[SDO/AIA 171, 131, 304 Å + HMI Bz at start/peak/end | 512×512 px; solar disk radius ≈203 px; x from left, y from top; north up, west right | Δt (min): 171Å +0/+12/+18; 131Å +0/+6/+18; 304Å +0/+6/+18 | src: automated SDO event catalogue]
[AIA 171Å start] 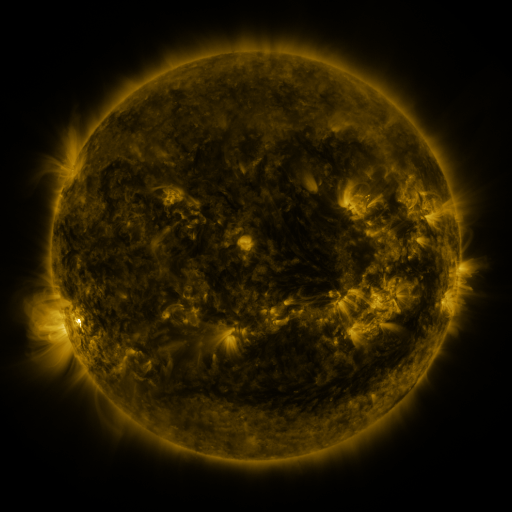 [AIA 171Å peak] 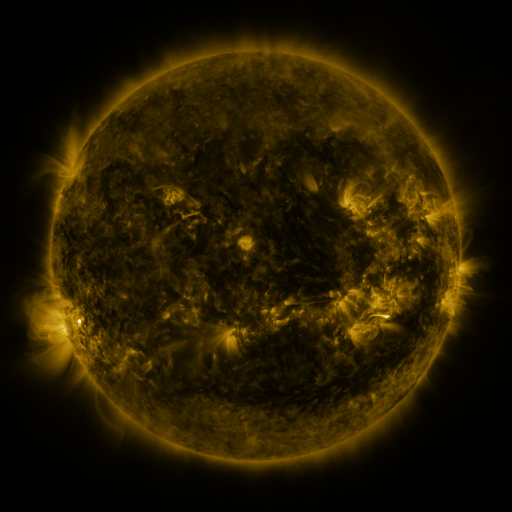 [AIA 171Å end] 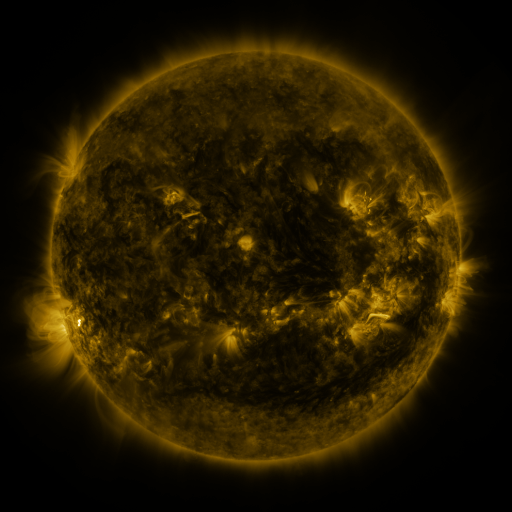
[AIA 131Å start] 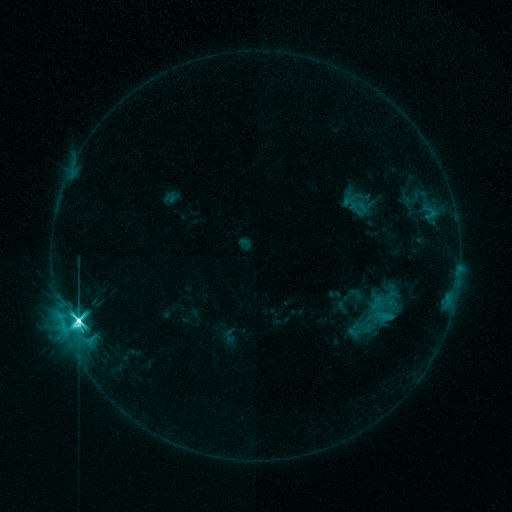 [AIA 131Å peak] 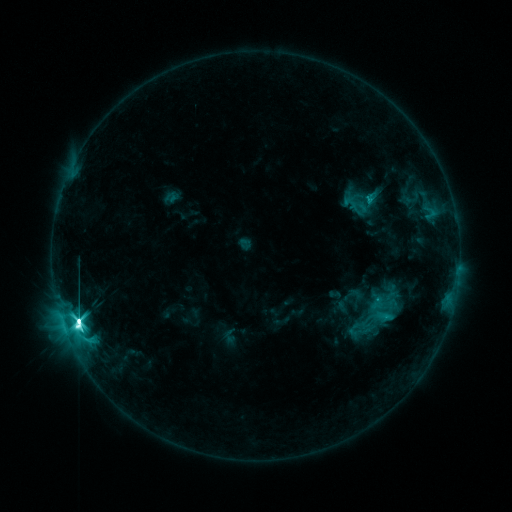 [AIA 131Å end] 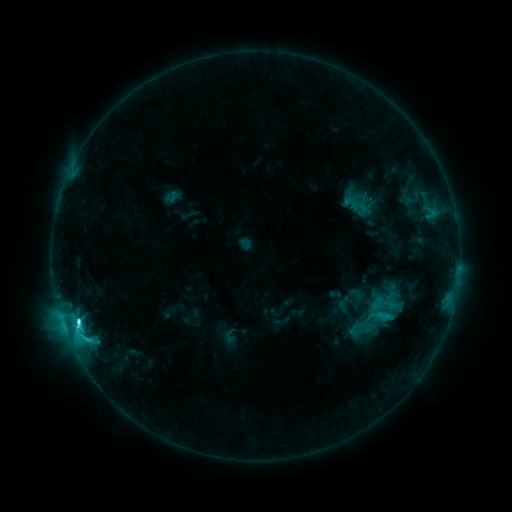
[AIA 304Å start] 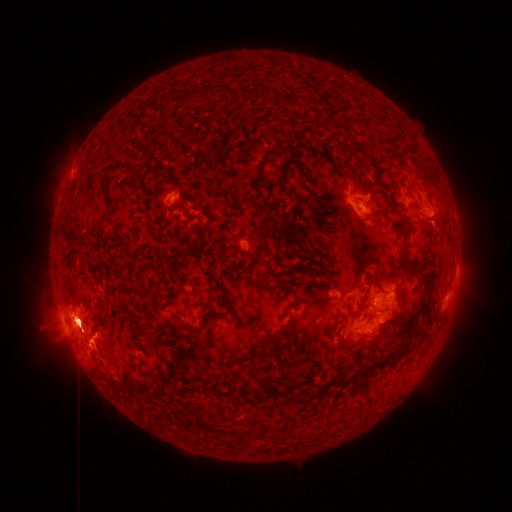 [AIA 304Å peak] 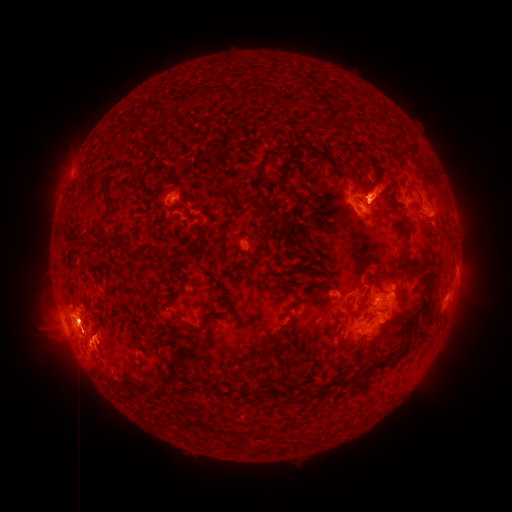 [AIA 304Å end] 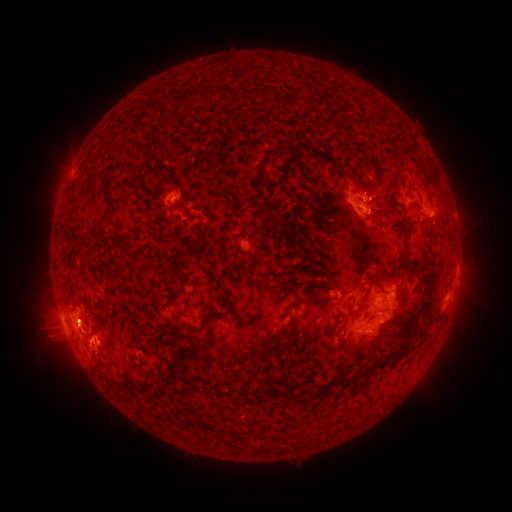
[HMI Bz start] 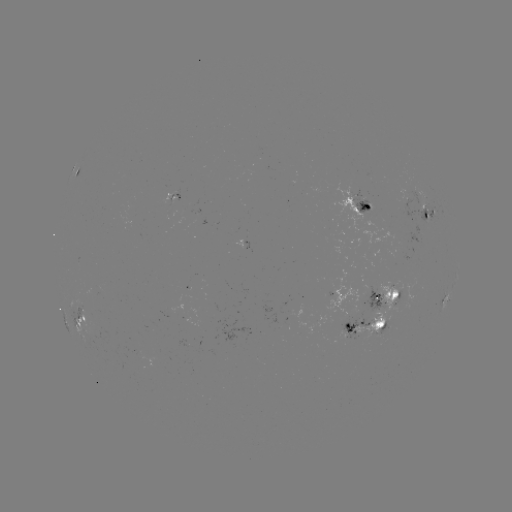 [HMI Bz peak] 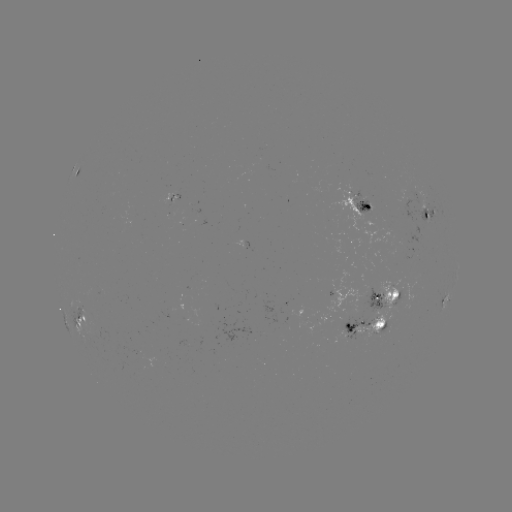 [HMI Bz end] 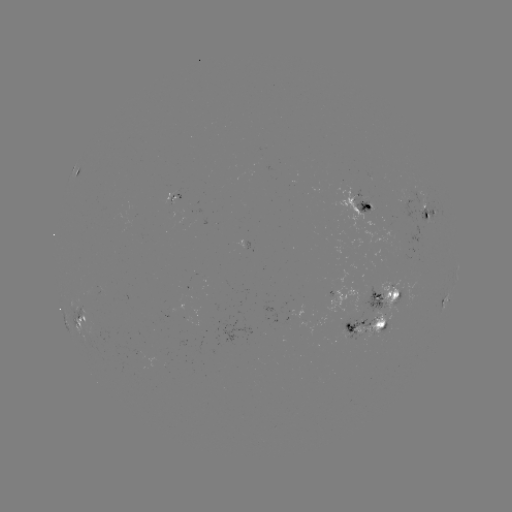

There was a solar eruption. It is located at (382, 188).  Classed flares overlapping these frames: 1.